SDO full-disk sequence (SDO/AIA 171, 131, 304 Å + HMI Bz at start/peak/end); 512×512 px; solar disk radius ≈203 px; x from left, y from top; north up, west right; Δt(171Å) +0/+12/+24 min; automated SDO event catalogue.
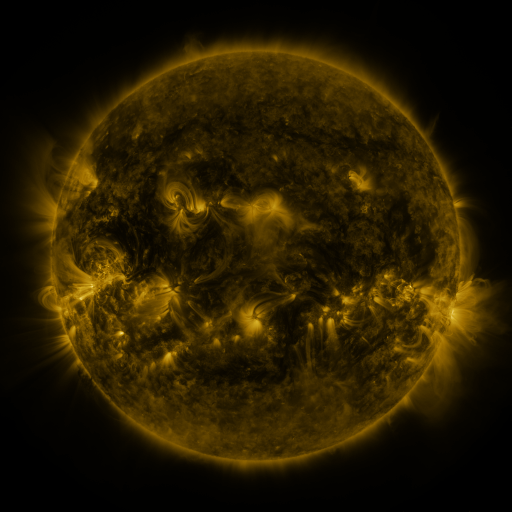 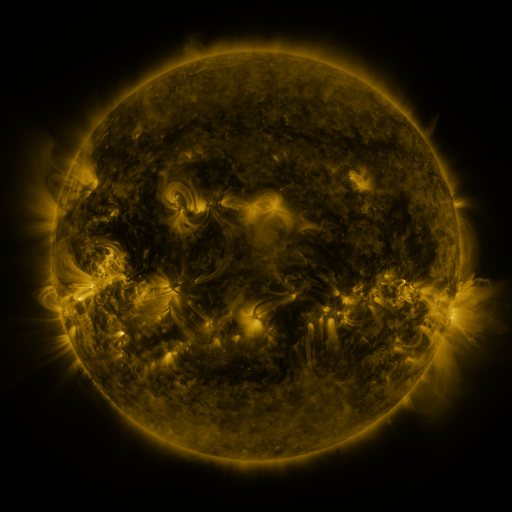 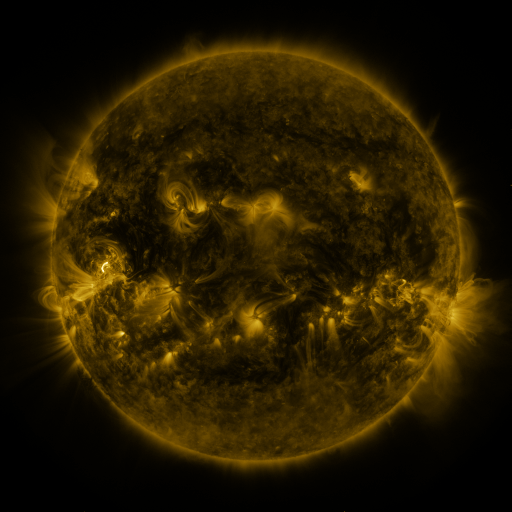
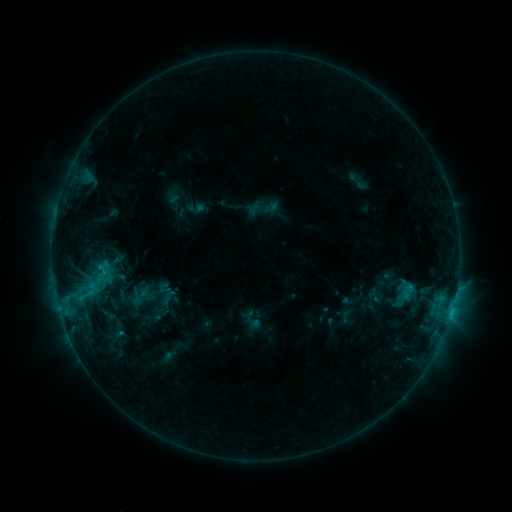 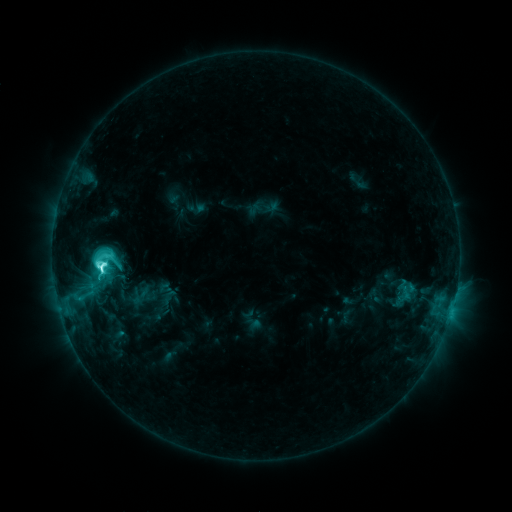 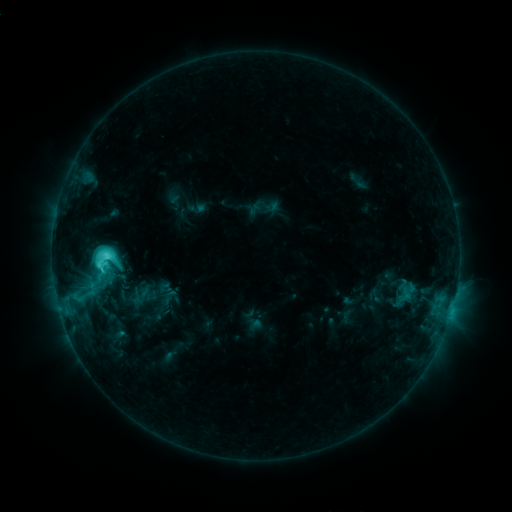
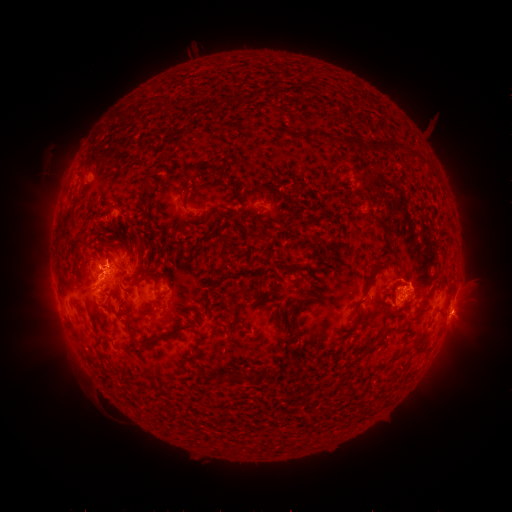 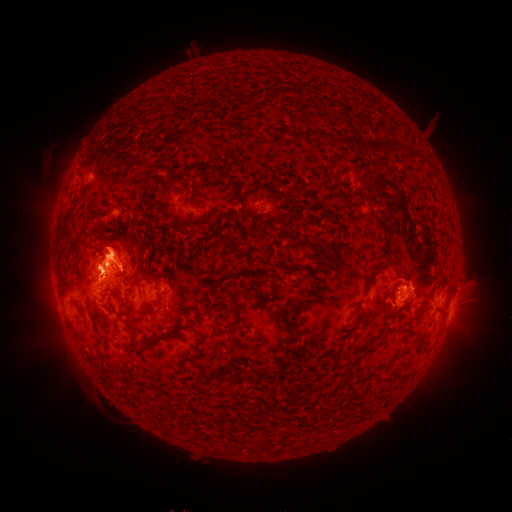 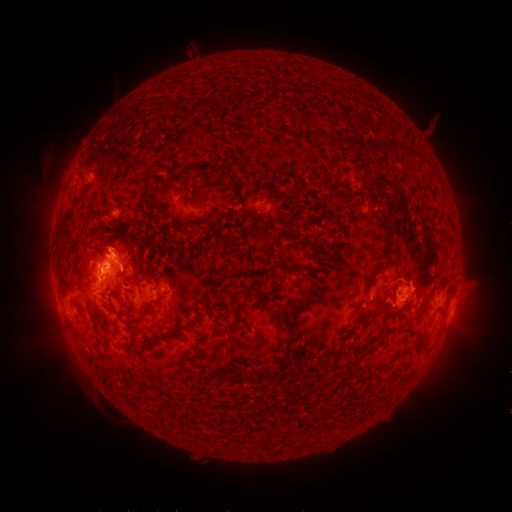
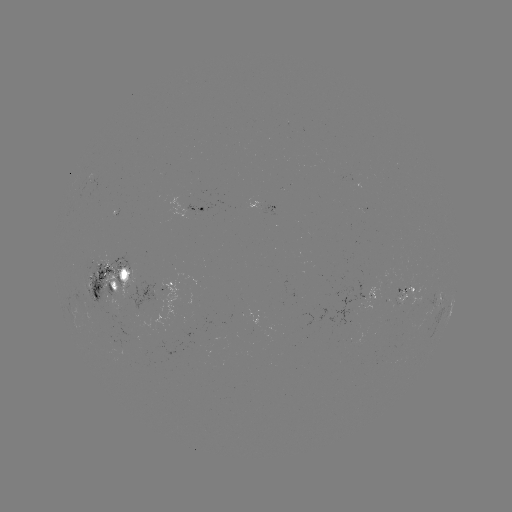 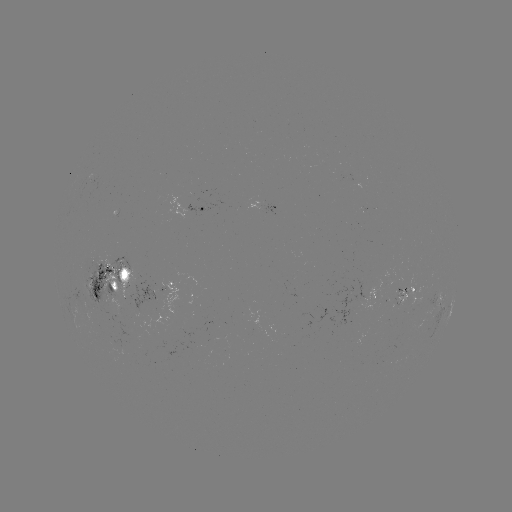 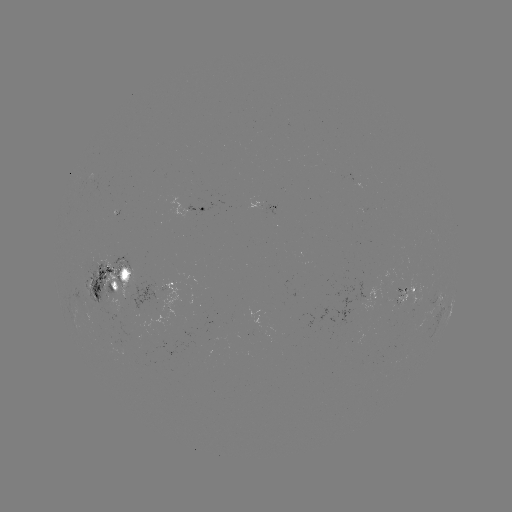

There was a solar eruption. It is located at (115, 251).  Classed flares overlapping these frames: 1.